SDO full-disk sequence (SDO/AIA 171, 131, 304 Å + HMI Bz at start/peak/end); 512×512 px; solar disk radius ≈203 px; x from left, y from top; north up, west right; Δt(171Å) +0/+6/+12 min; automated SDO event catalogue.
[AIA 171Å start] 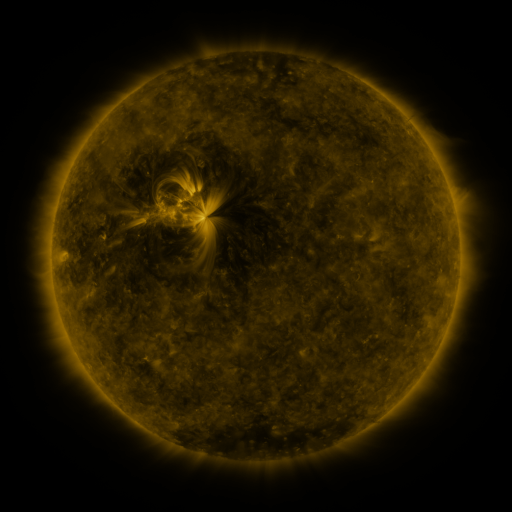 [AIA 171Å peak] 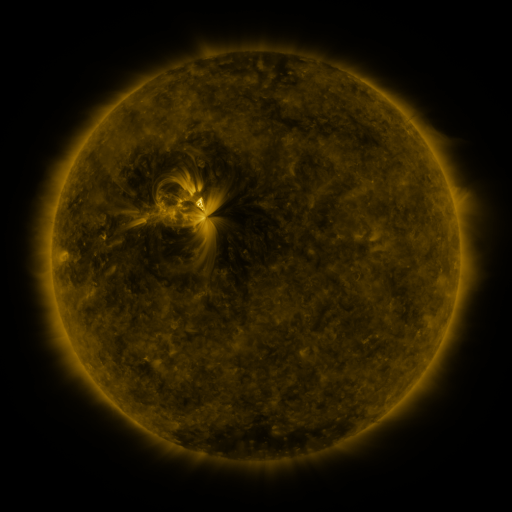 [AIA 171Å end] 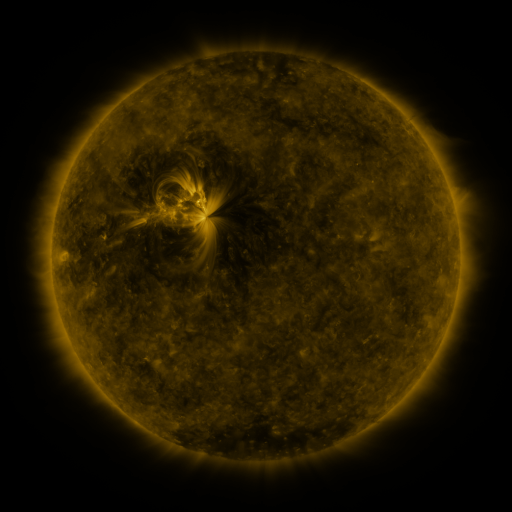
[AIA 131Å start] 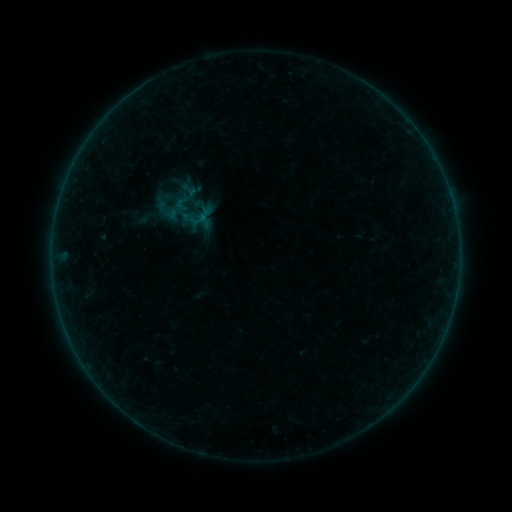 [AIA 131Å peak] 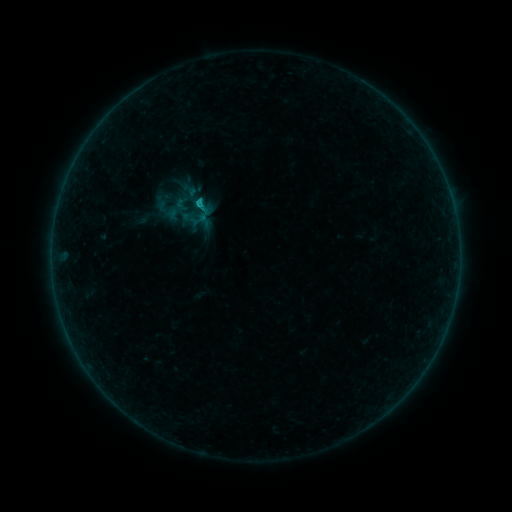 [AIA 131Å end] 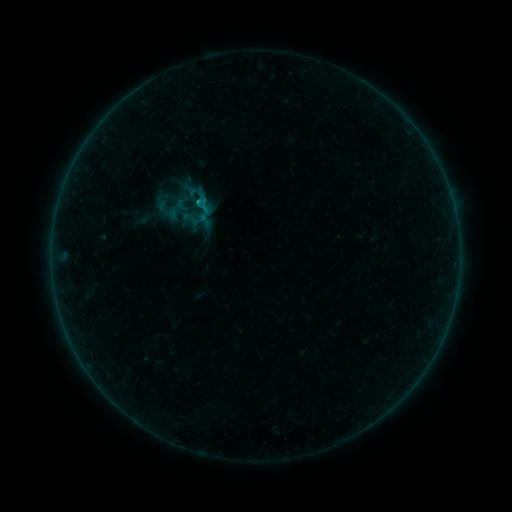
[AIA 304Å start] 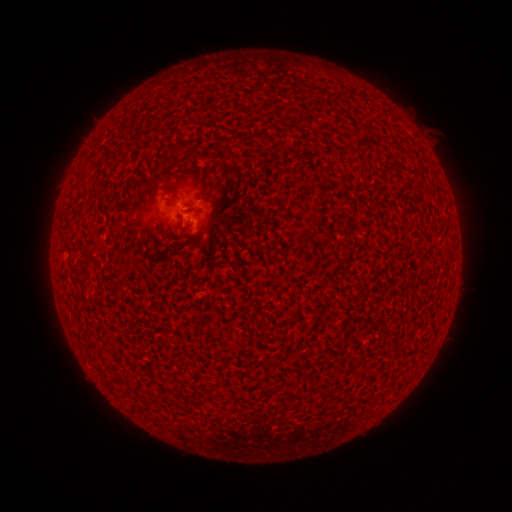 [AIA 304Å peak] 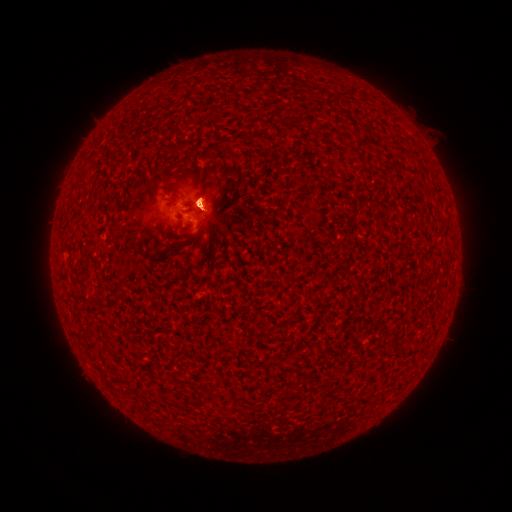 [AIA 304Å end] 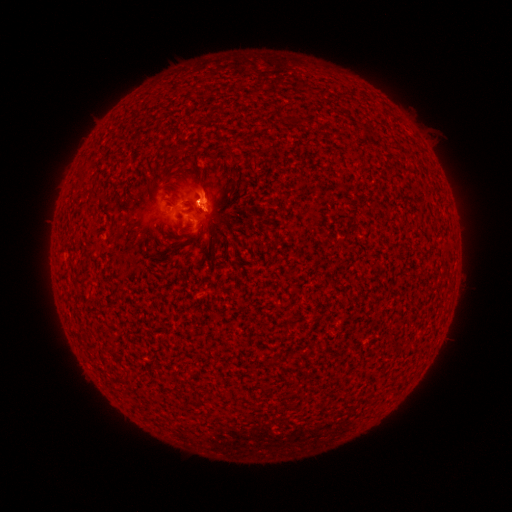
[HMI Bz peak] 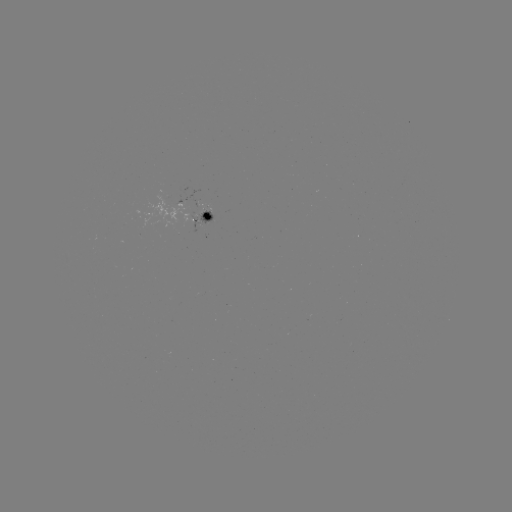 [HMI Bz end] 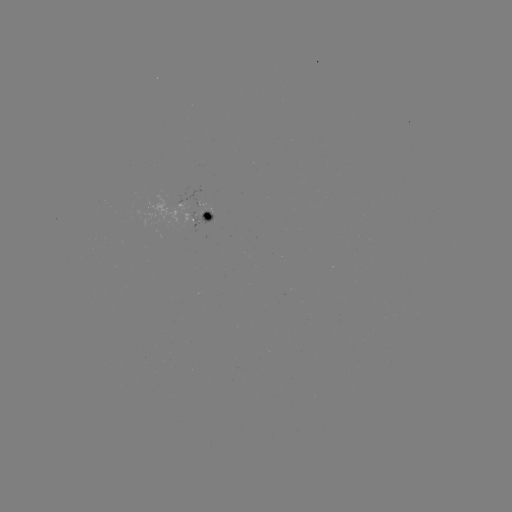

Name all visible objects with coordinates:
B3.6 flare: (200, 204)
